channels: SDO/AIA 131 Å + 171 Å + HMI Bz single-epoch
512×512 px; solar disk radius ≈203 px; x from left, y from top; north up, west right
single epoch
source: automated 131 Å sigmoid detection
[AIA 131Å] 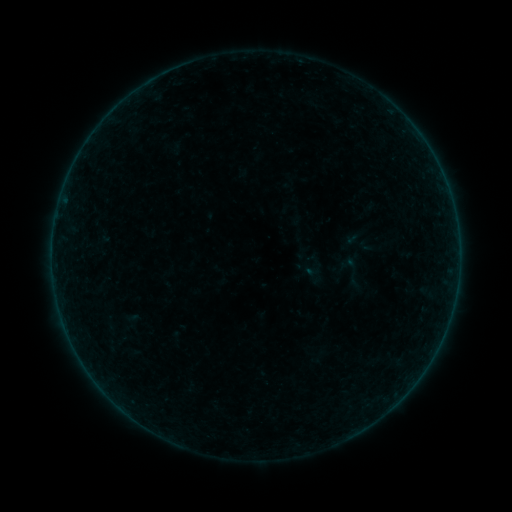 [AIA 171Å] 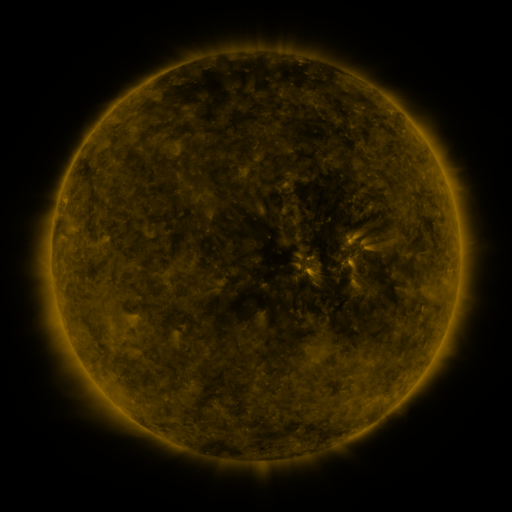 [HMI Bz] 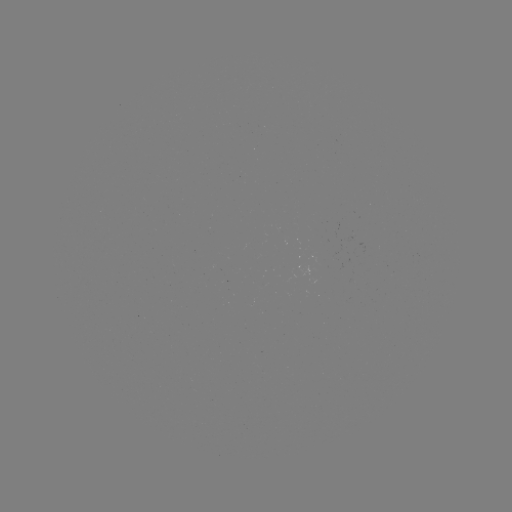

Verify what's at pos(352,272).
sigmoid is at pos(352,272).